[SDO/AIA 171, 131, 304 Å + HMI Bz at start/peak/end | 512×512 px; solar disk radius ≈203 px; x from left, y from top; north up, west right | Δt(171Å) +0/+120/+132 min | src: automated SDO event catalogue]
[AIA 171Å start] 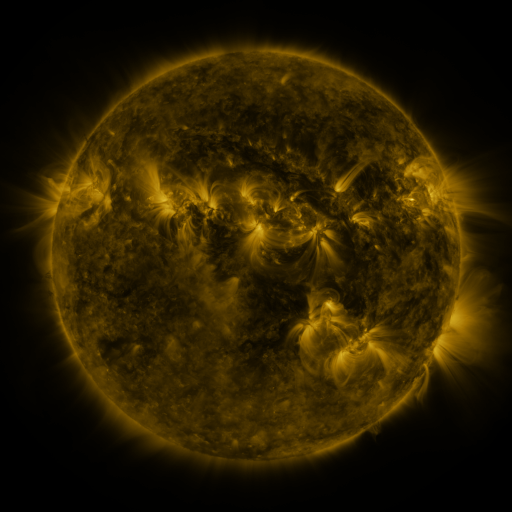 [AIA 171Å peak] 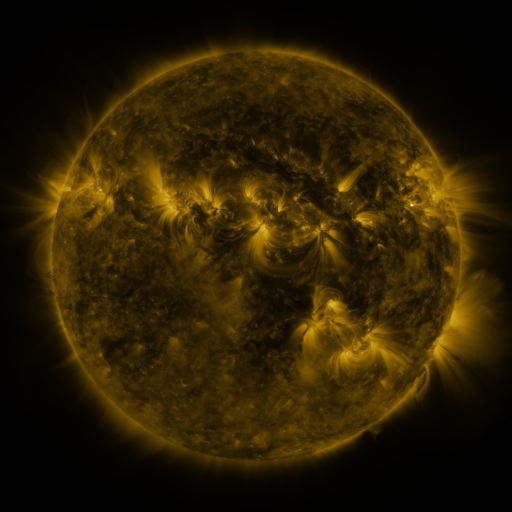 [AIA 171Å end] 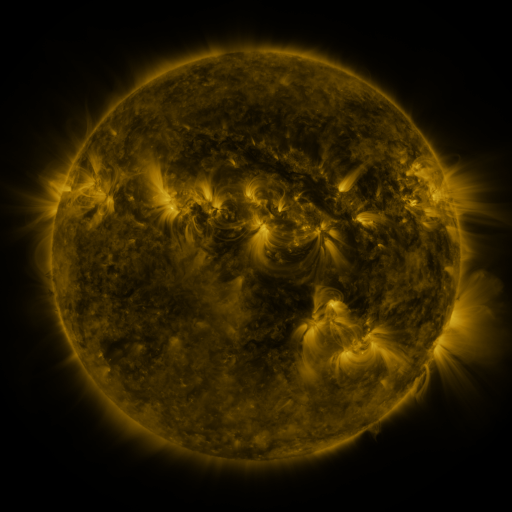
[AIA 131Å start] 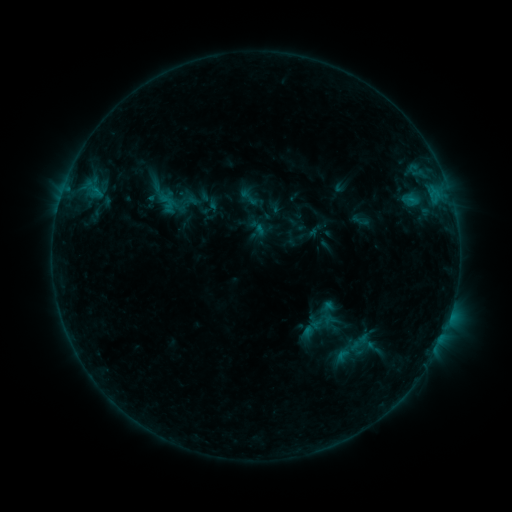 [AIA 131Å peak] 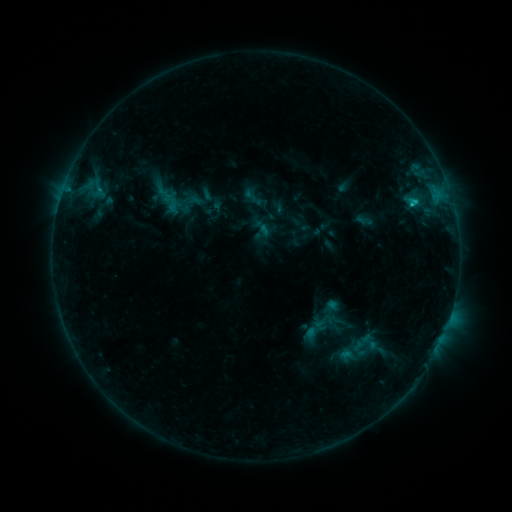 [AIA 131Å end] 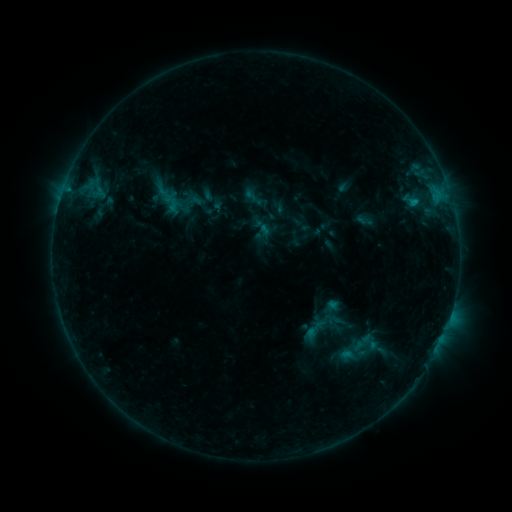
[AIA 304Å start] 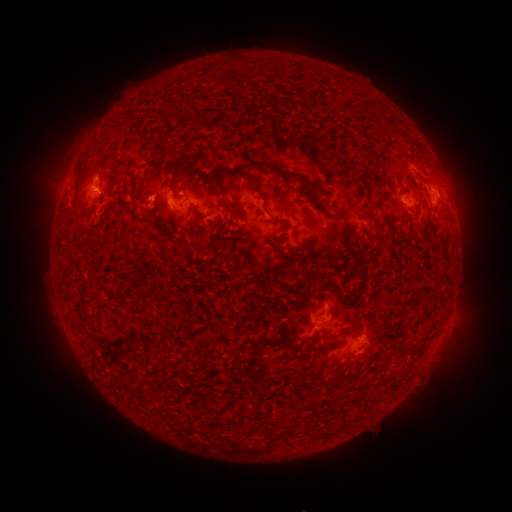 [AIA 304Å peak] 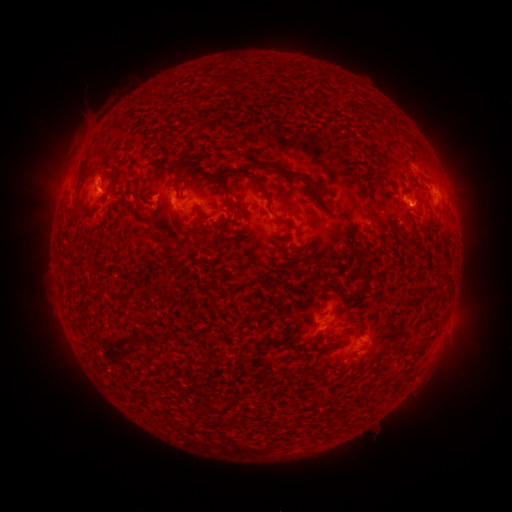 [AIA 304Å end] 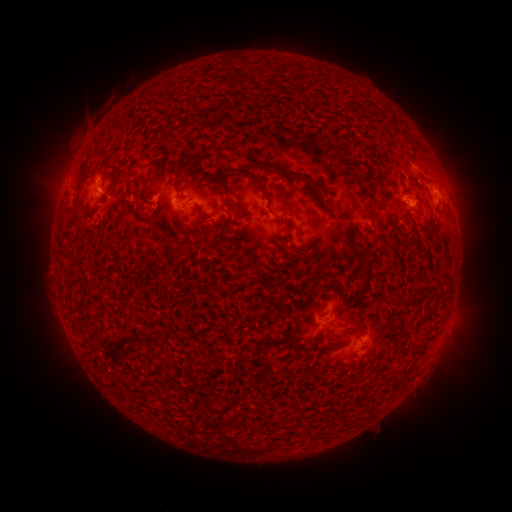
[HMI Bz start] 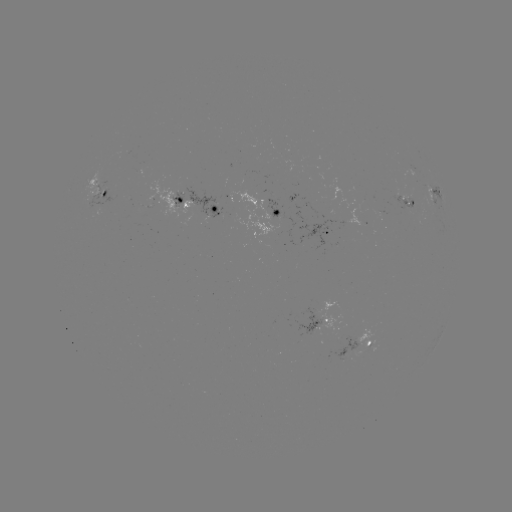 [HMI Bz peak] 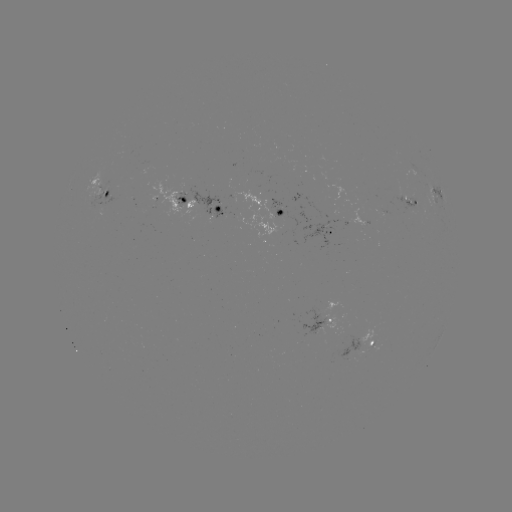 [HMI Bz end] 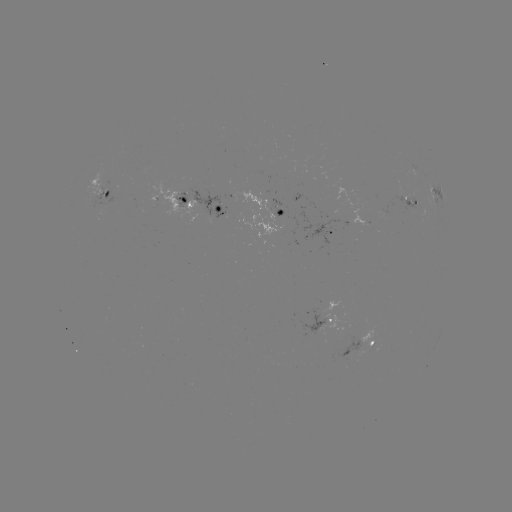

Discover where emerging-flux region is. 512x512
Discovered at [101, 184].